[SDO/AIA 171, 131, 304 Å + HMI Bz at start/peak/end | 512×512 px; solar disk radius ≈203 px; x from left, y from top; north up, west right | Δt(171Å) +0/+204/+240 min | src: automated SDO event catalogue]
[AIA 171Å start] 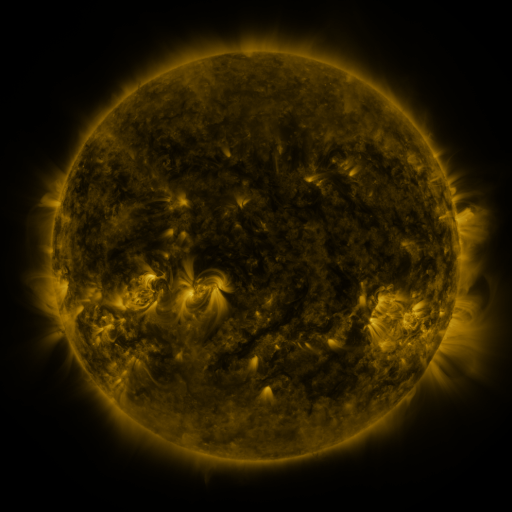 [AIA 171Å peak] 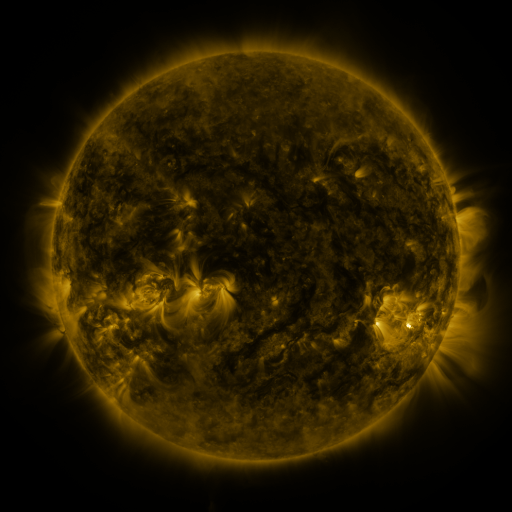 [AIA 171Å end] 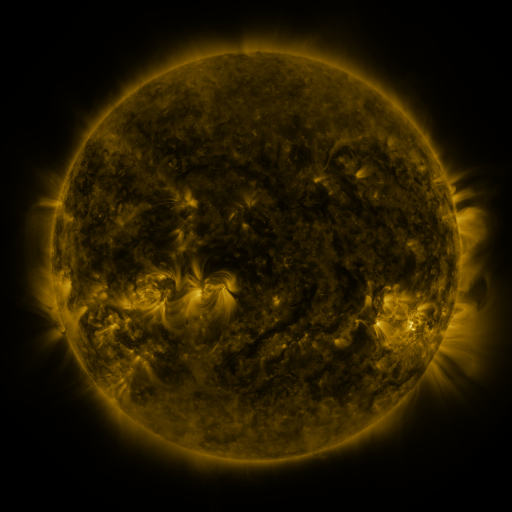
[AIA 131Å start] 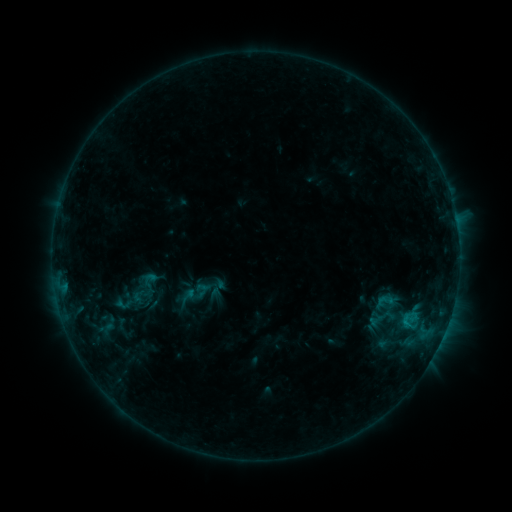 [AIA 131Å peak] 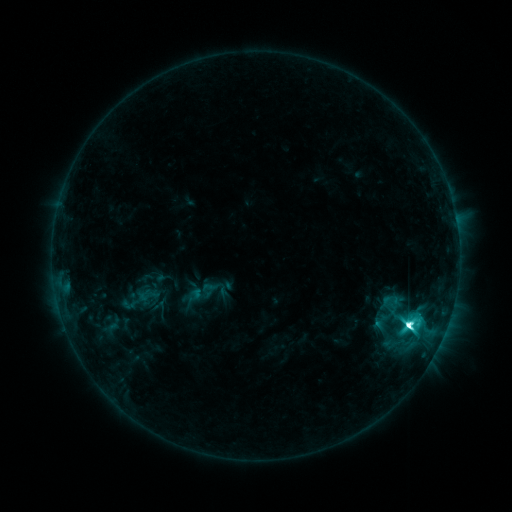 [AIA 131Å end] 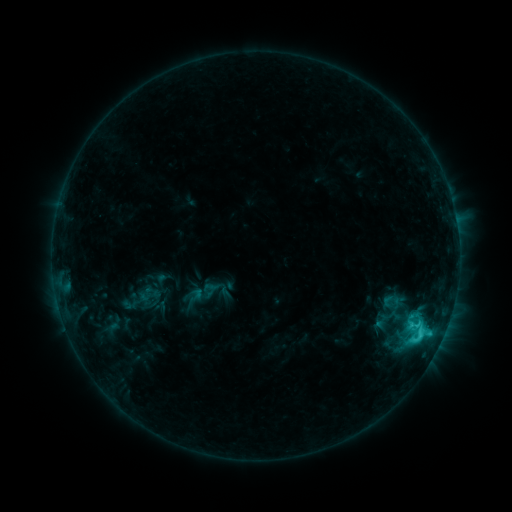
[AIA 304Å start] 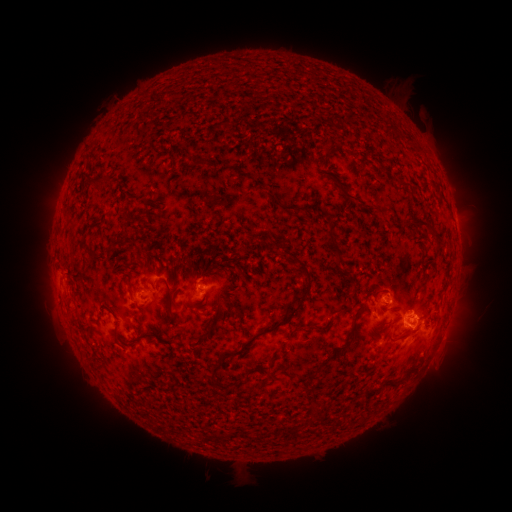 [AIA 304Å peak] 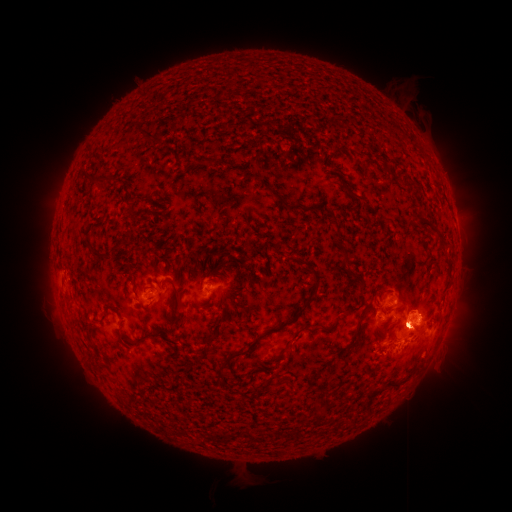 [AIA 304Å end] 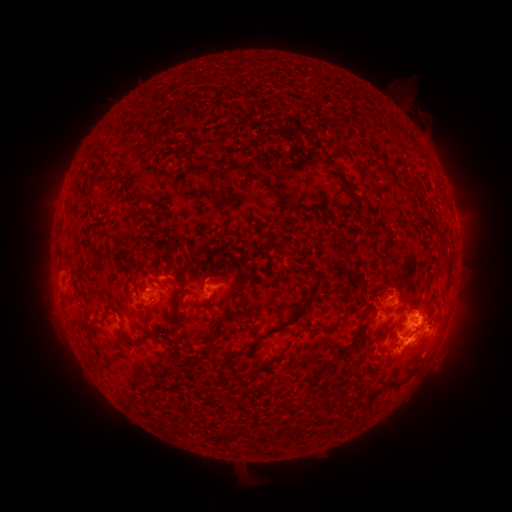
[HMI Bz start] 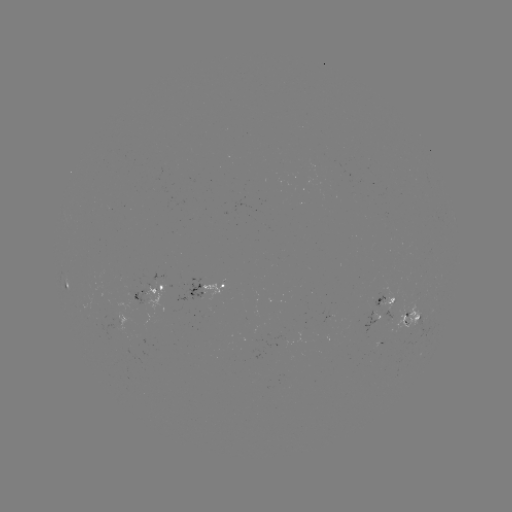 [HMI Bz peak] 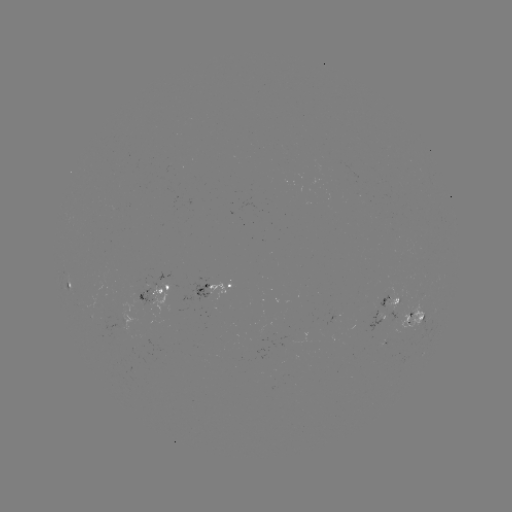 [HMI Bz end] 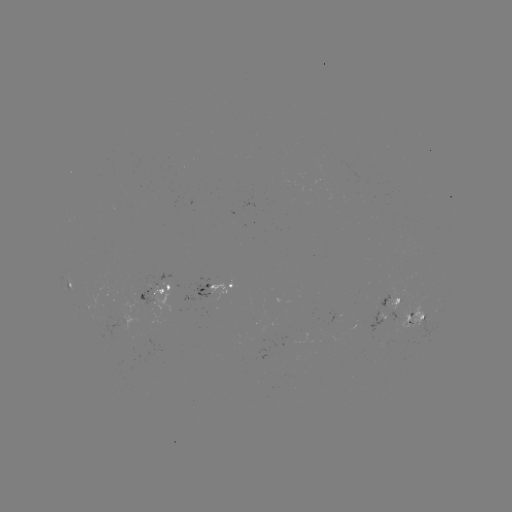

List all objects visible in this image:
emerging-flux region: (379, 304)
